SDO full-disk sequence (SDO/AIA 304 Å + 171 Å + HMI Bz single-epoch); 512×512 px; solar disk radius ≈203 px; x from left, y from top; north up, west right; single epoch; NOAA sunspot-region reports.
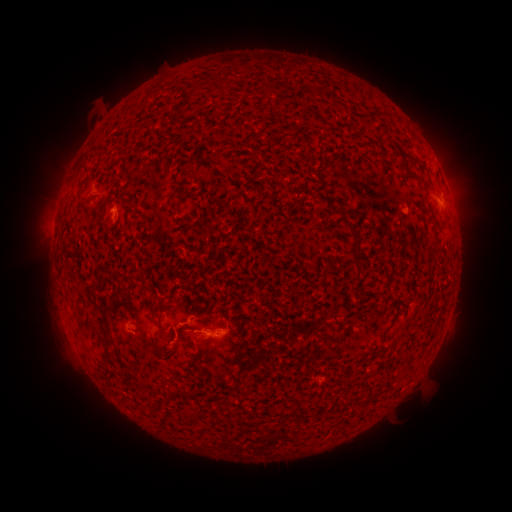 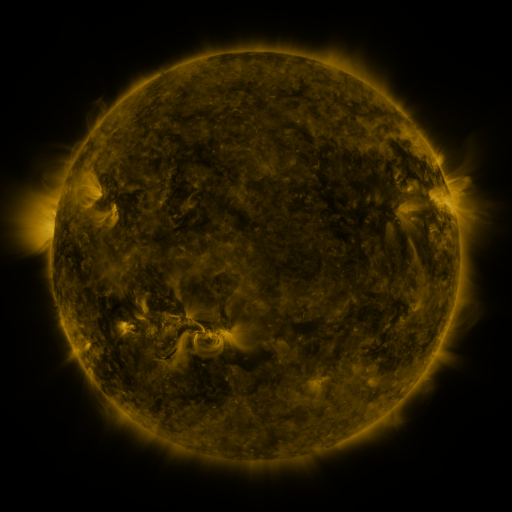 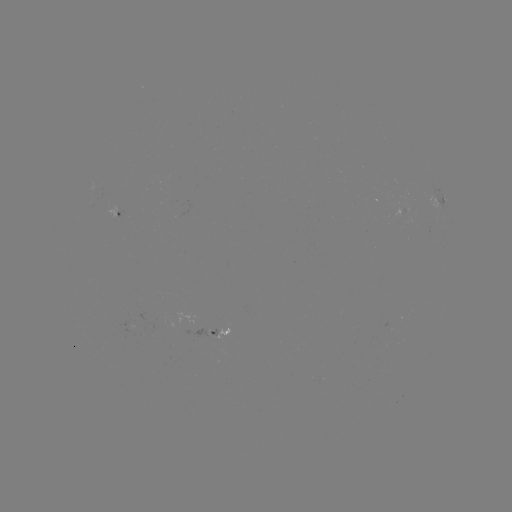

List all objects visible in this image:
spotted active region: (102, 193)
spotted active region: (444, 207)
spotted active region: (116, 212)
spotted active region: (400, 215)
spotted active region: (218, 331)
